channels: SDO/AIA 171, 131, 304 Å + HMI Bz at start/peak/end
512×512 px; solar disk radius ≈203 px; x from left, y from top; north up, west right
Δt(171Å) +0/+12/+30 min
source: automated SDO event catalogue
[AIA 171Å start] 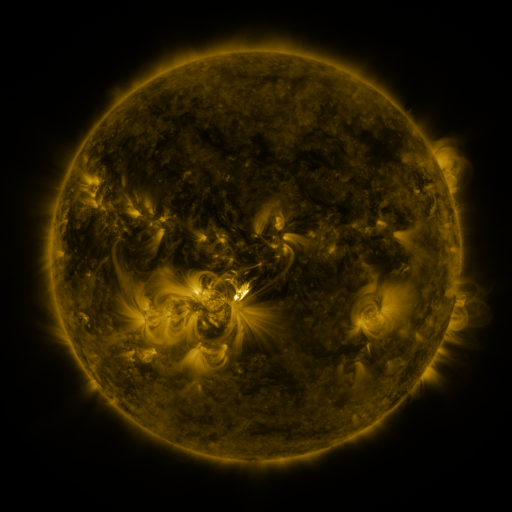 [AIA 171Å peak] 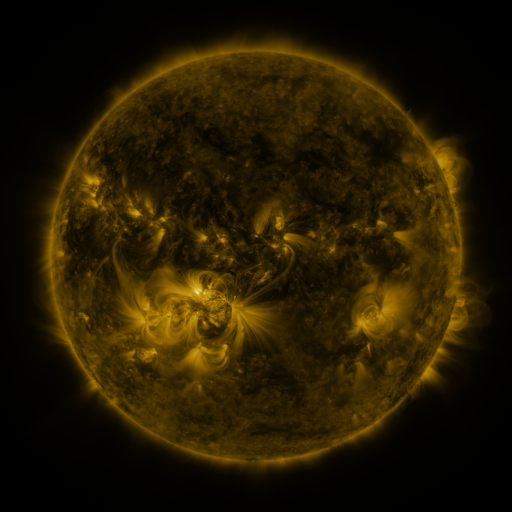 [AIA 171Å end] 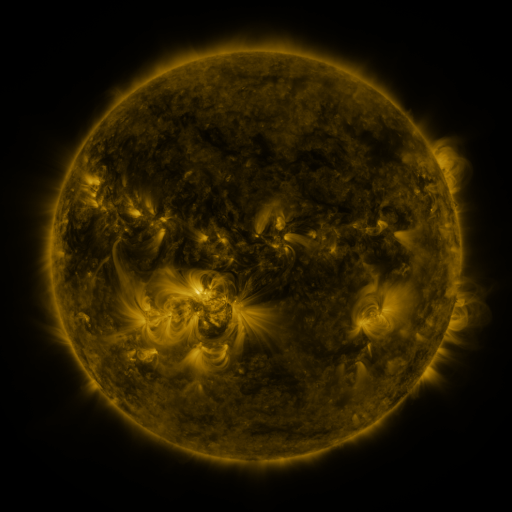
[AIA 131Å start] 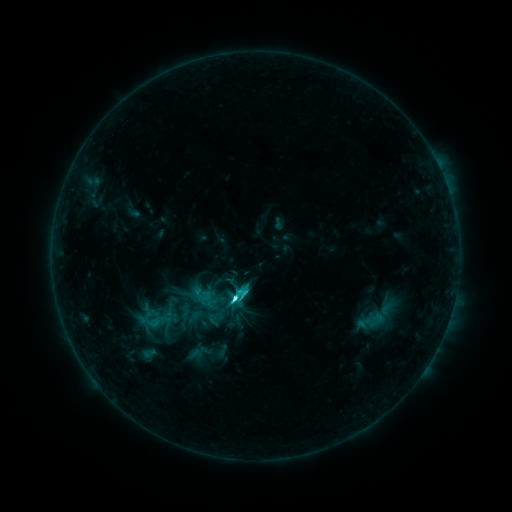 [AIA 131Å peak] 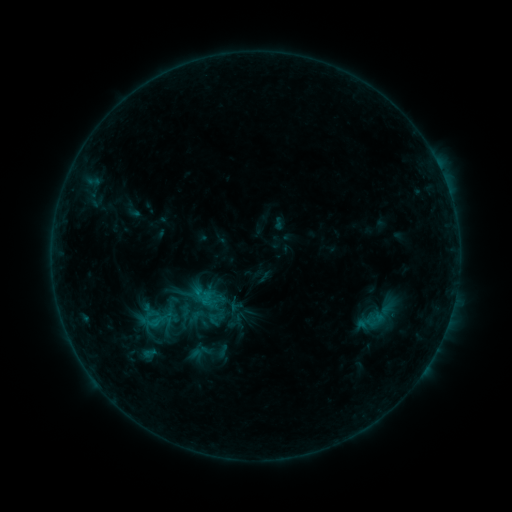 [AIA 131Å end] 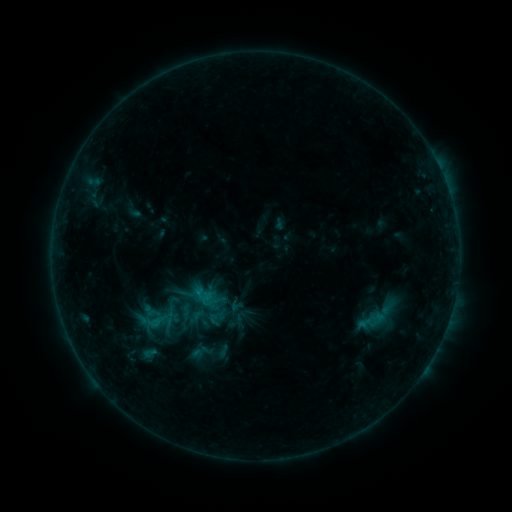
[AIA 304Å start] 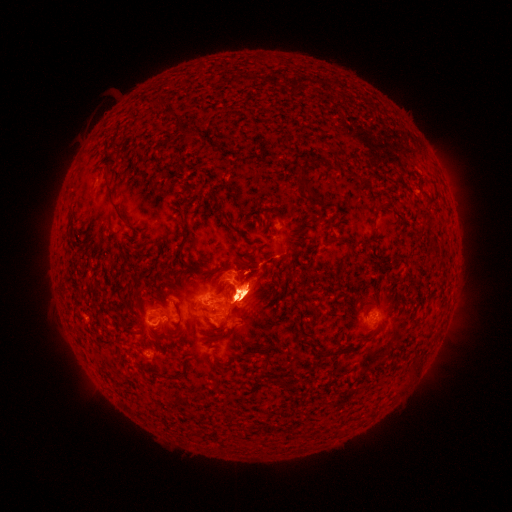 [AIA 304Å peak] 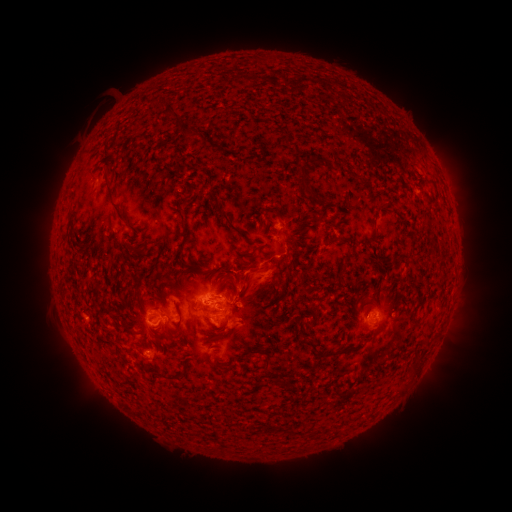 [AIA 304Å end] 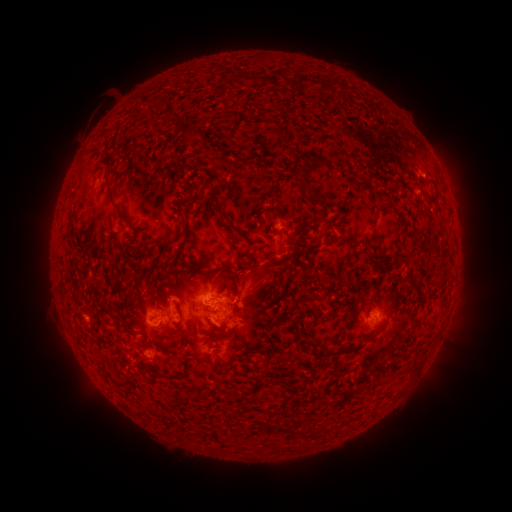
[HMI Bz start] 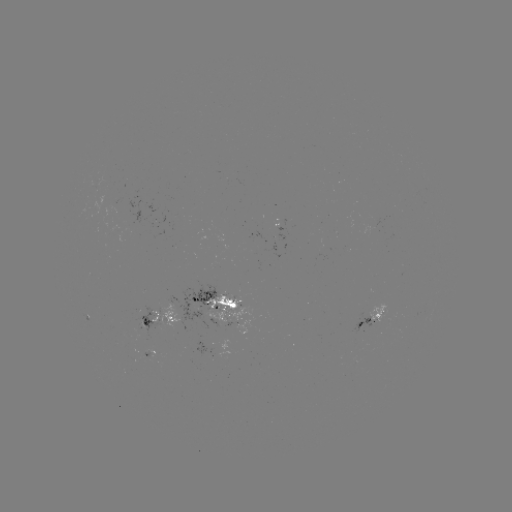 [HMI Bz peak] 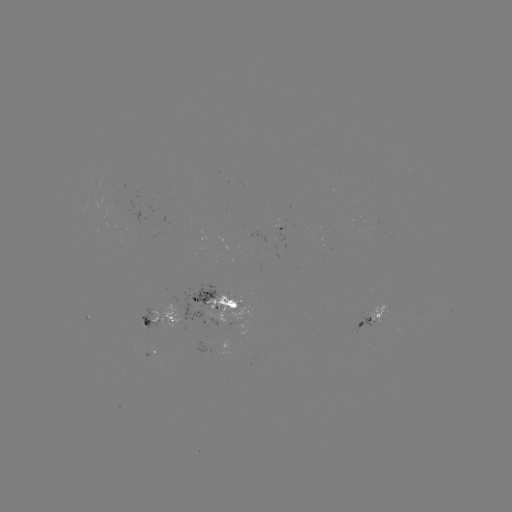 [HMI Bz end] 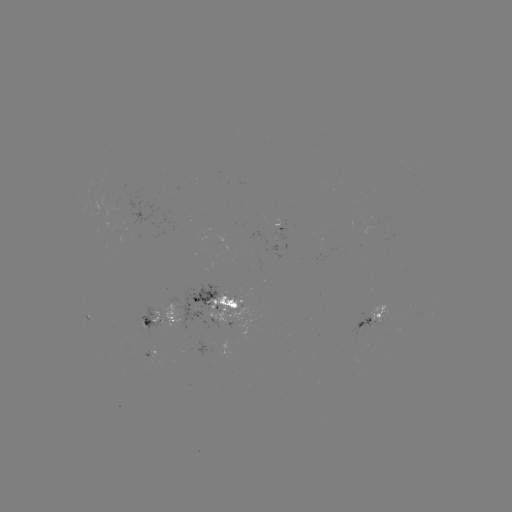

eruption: (232, 251, 295, 309)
